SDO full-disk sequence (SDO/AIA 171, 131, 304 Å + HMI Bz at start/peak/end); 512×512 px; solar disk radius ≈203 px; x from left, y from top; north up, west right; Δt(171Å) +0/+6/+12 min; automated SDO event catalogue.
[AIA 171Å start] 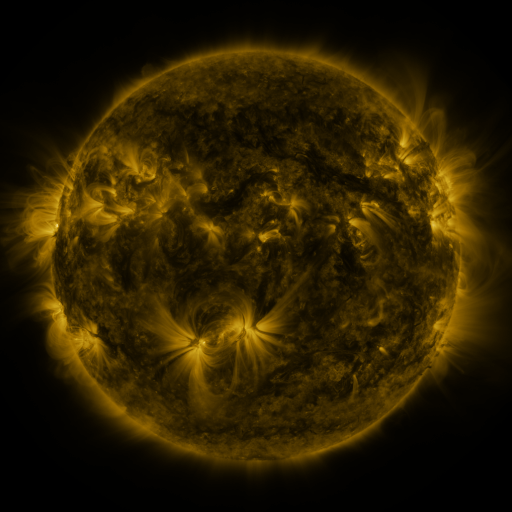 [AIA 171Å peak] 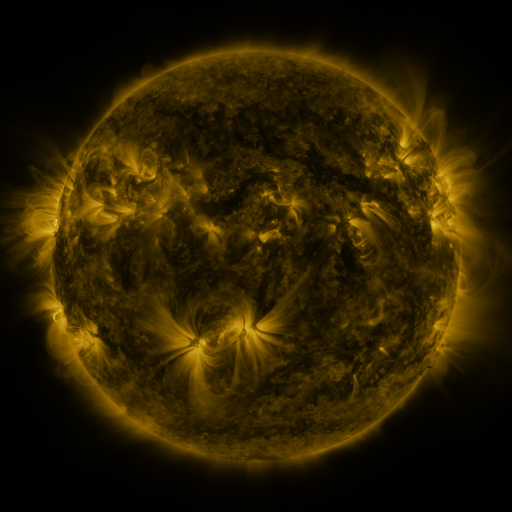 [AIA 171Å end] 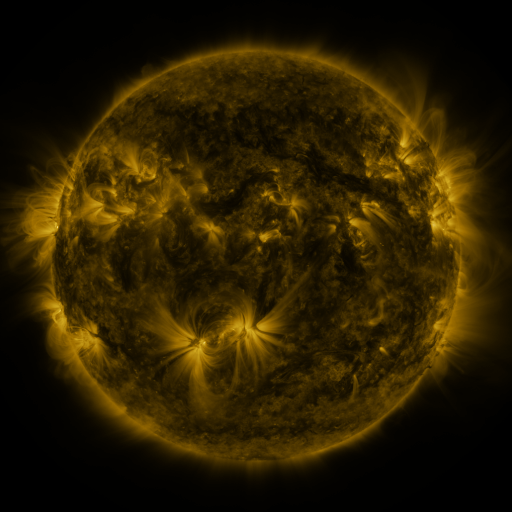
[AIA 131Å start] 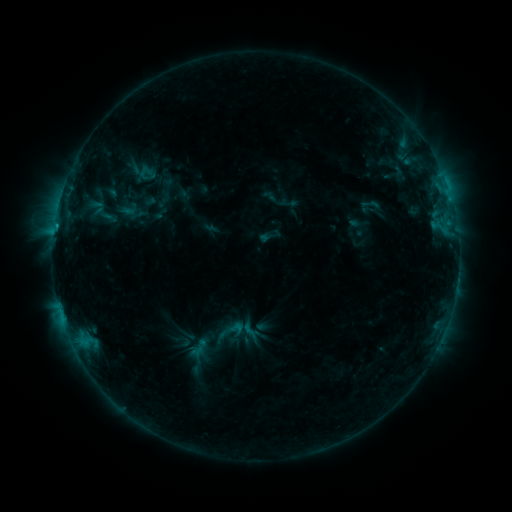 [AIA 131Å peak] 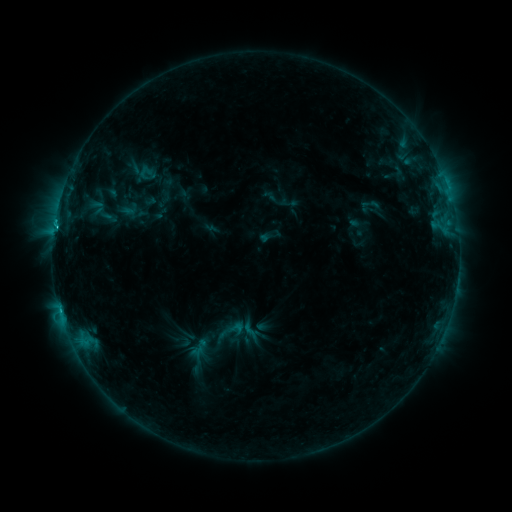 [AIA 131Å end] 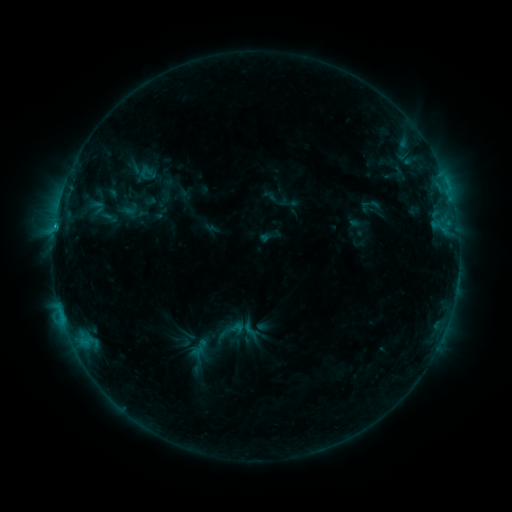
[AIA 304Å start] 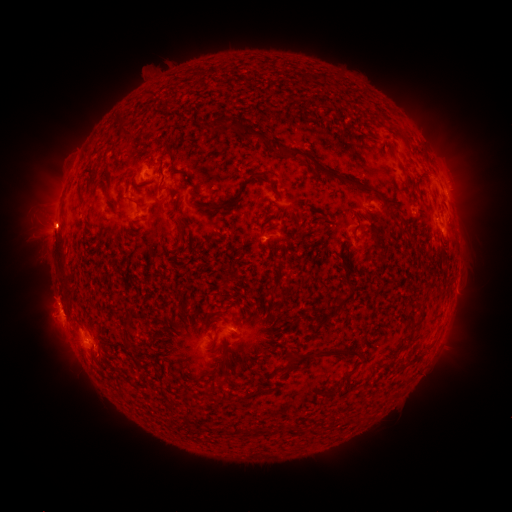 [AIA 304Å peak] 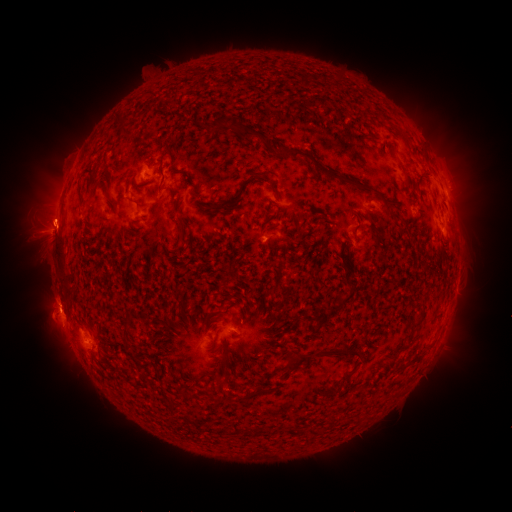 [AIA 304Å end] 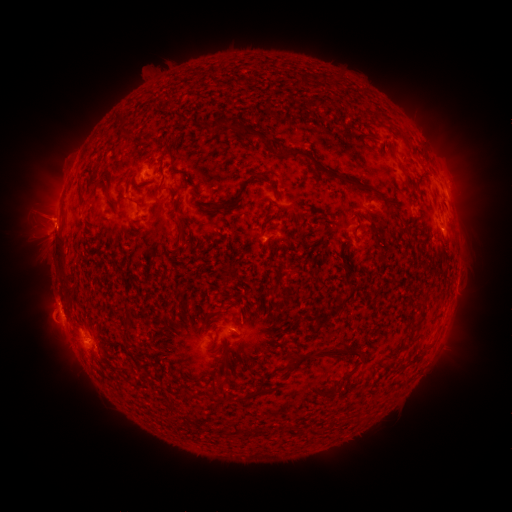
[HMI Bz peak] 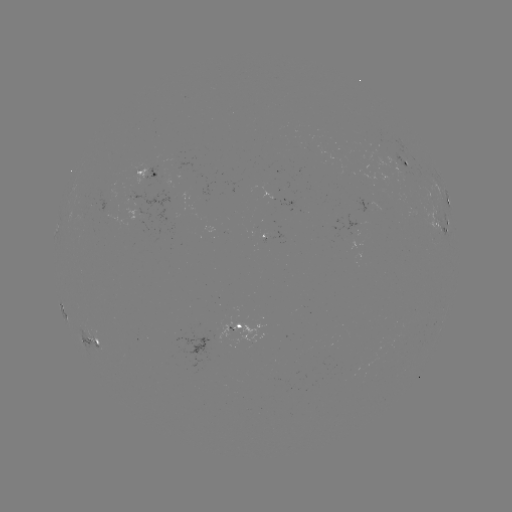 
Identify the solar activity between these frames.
C1.1 flare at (56, 228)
